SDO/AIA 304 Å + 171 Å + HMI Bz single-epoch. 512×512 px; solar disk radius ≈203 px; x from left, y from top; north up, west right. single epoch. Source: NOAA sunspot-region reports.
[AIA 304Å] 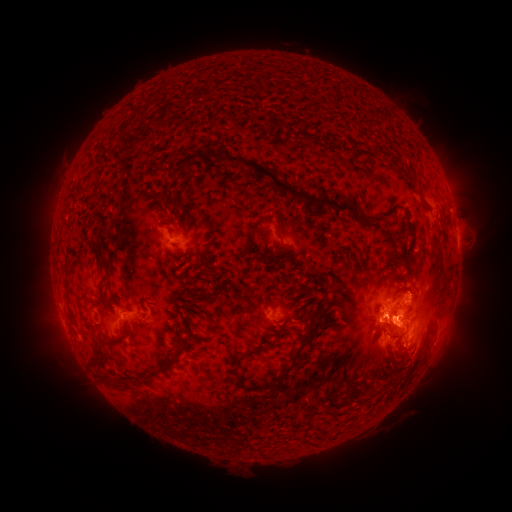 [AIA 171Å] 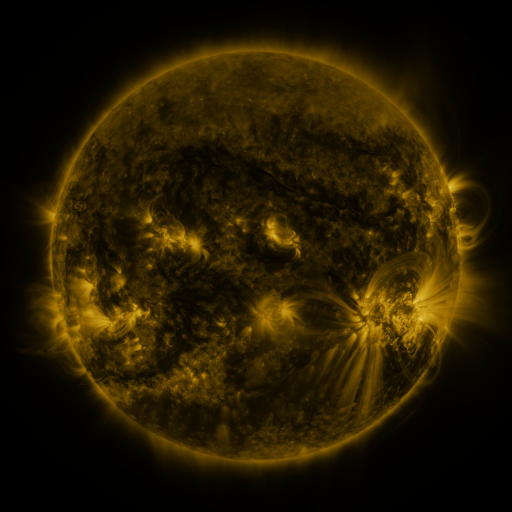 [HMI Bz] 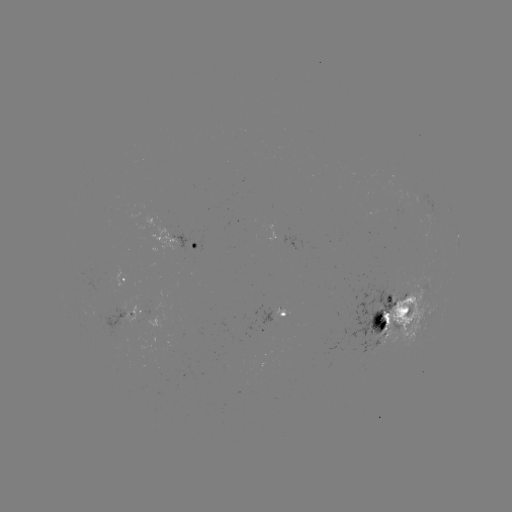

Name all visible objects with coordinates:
spotted active region: (457, 235)
spotted active region: (183, 243)
spotted active region: (125, 279)
spotted active region: (399, 310)
spotted active region: (133, 311)
spotted active region: (287, 315)
